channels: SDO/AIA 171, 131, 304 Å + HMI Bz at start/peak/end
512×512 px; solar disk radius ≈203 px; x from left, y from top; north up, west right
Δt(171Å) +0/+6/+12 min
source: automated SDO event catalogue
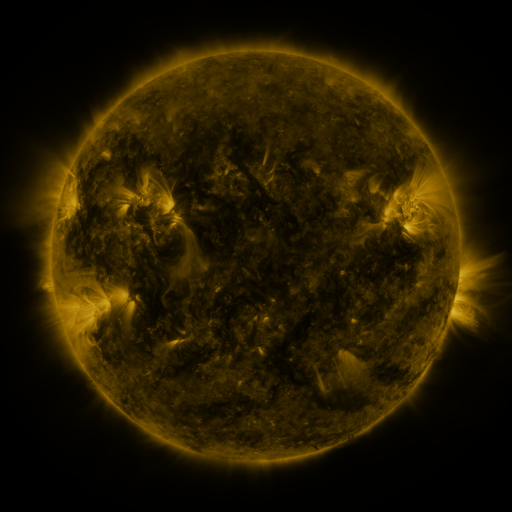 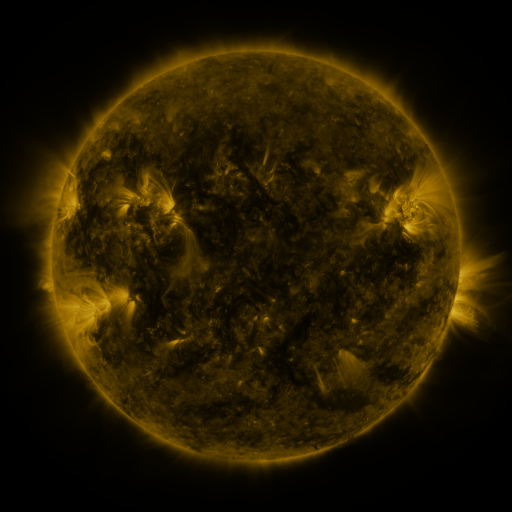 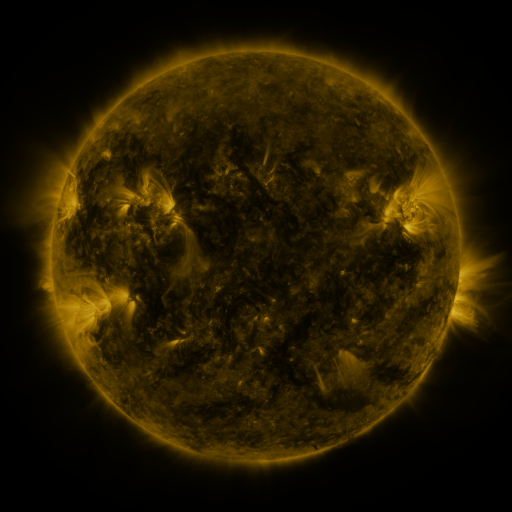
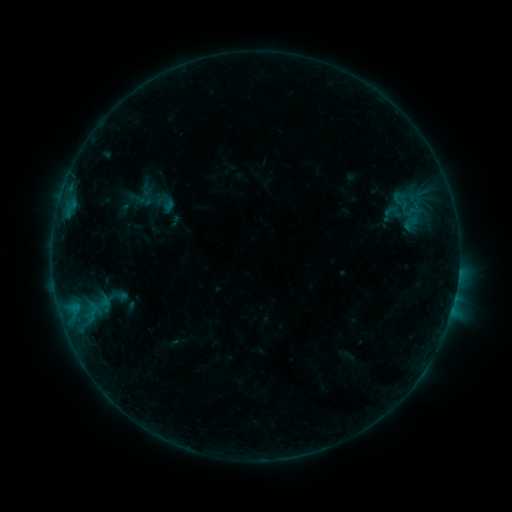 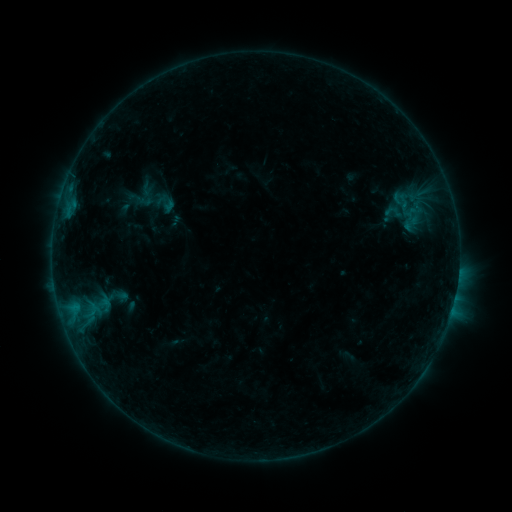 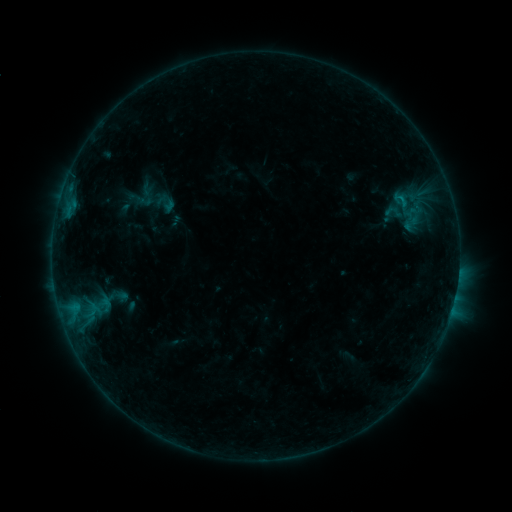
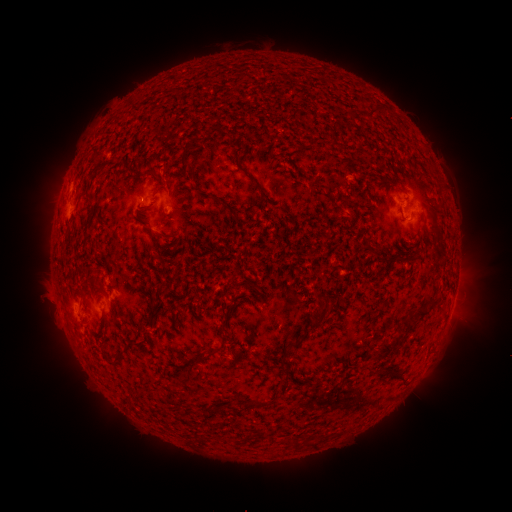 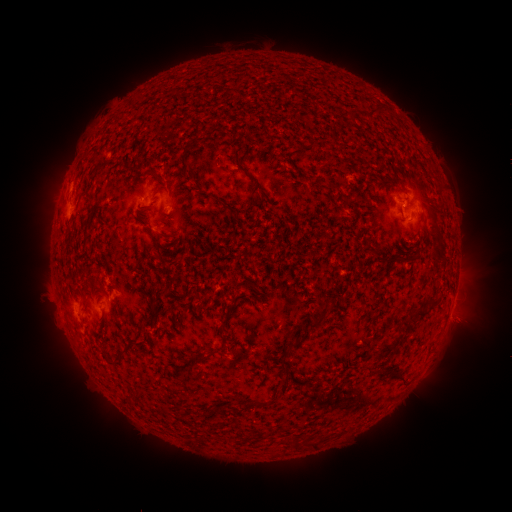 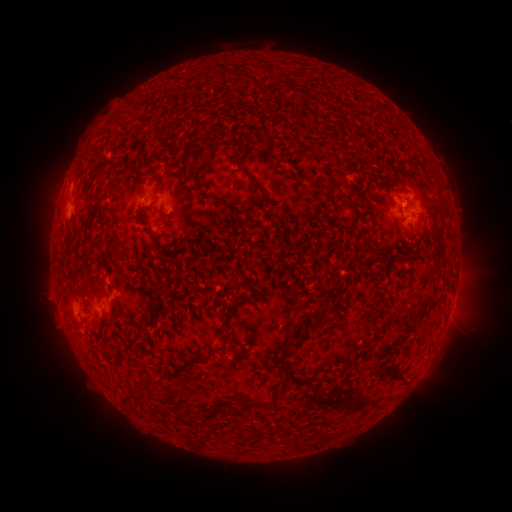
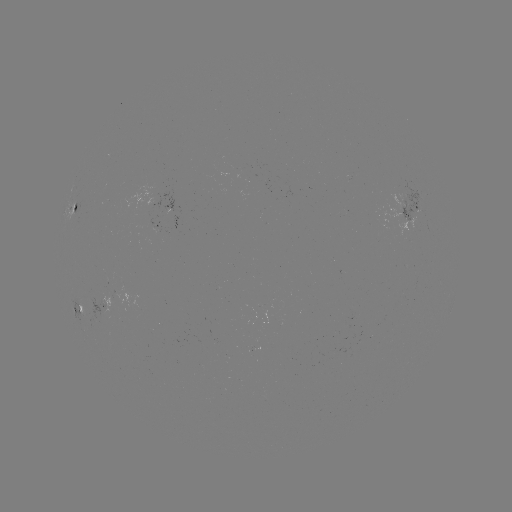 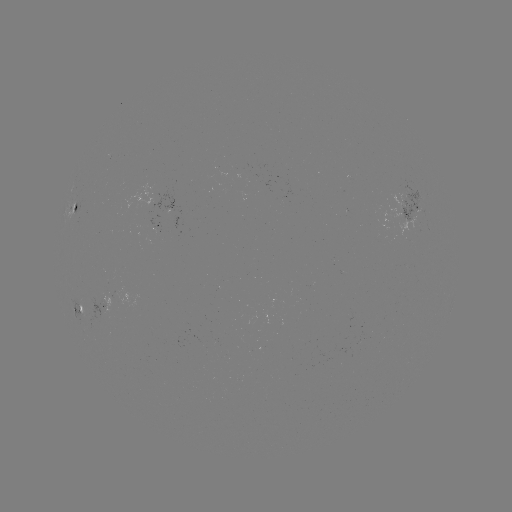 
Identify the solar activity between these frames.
B3.5 flare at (404, 207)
